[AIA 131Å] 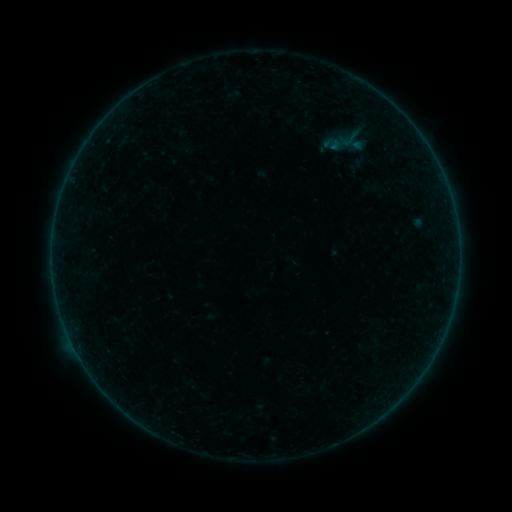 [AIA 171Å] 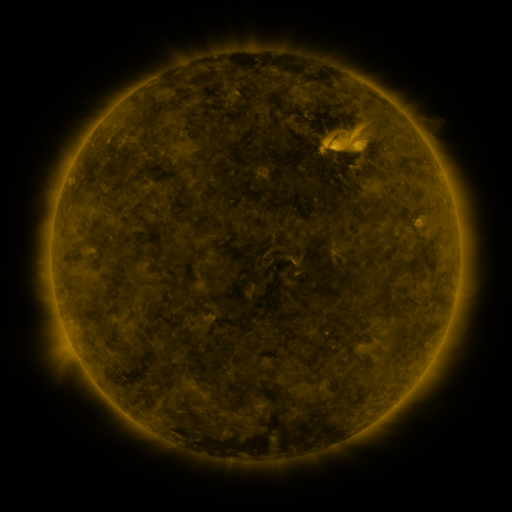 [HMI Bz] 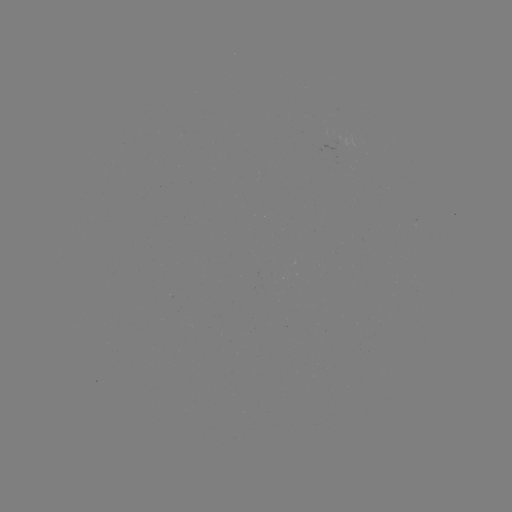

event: sigmoid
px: (351, 138)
